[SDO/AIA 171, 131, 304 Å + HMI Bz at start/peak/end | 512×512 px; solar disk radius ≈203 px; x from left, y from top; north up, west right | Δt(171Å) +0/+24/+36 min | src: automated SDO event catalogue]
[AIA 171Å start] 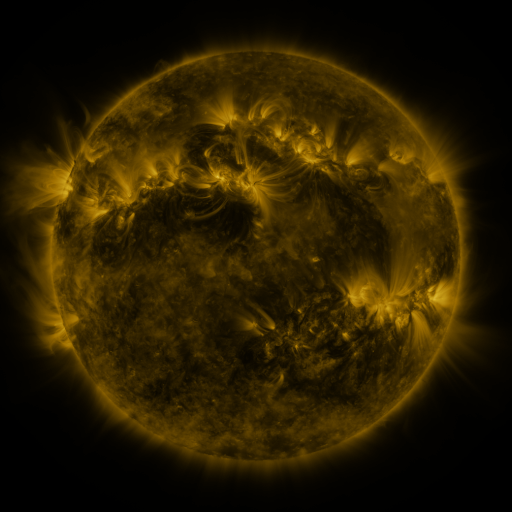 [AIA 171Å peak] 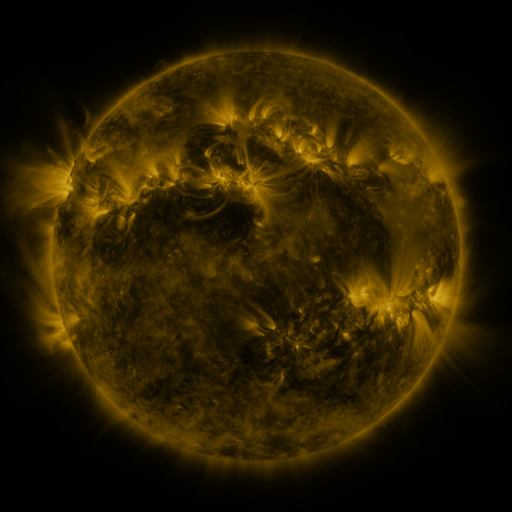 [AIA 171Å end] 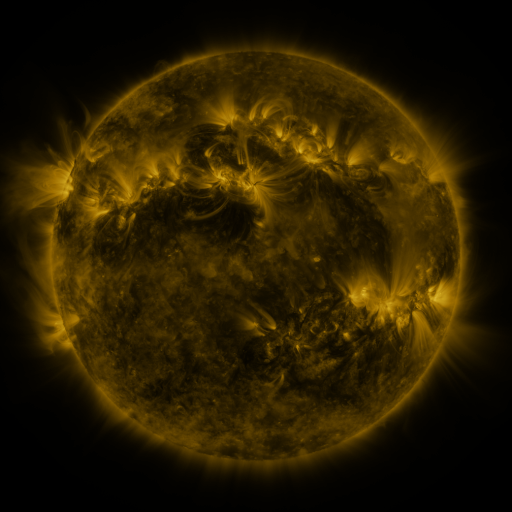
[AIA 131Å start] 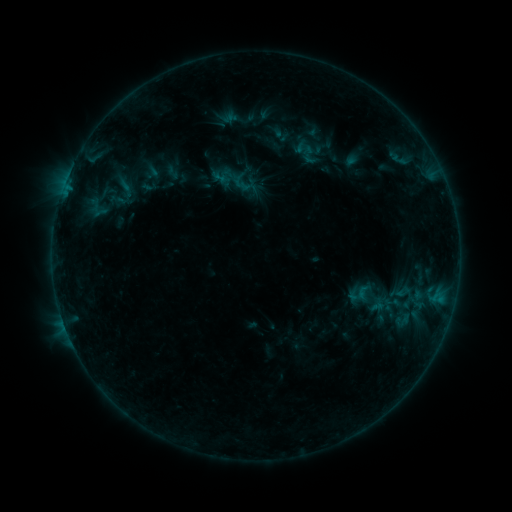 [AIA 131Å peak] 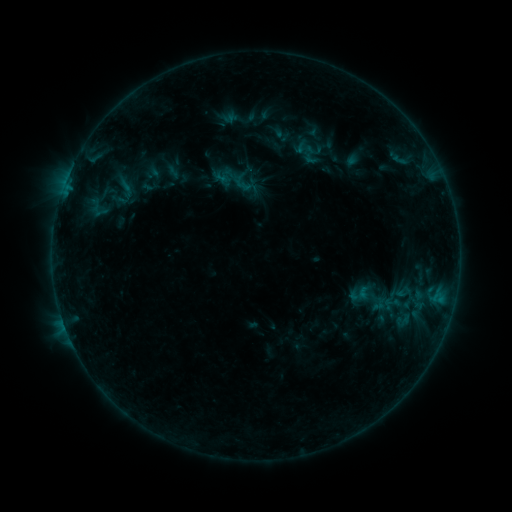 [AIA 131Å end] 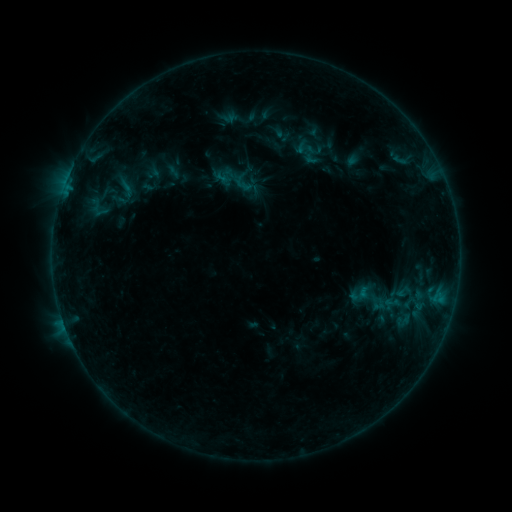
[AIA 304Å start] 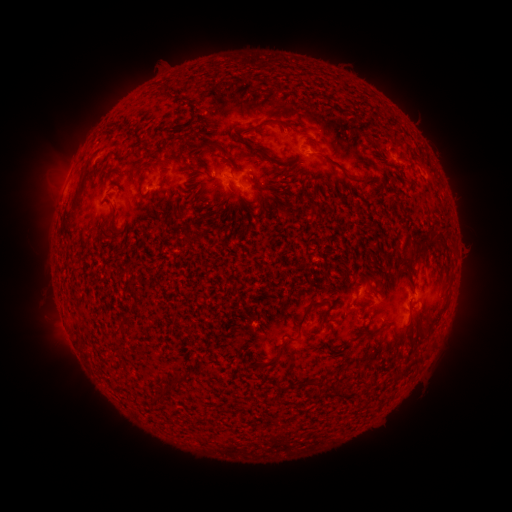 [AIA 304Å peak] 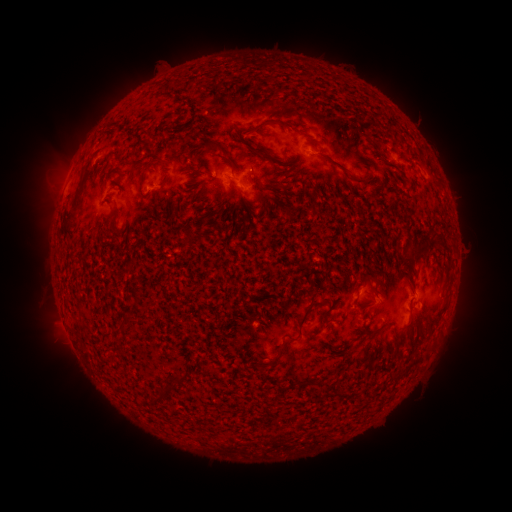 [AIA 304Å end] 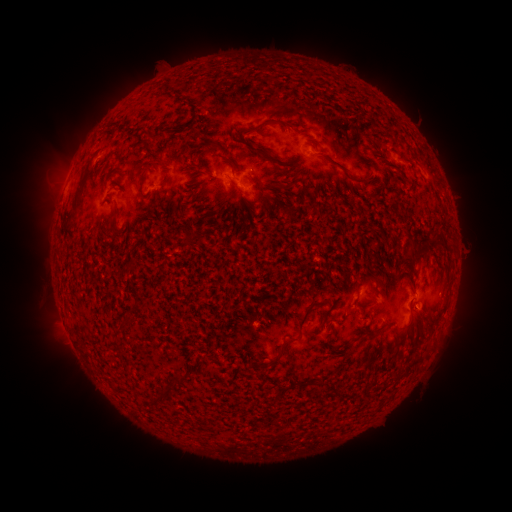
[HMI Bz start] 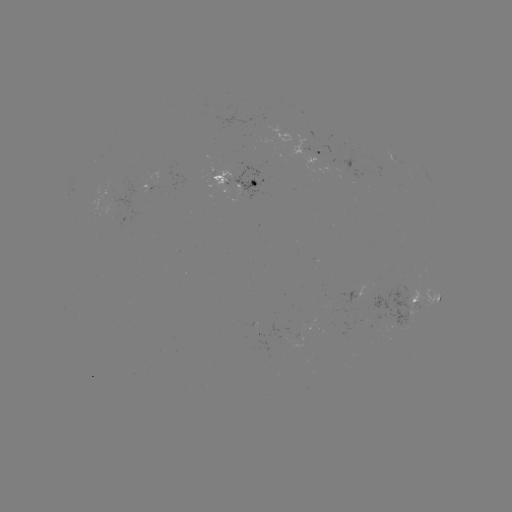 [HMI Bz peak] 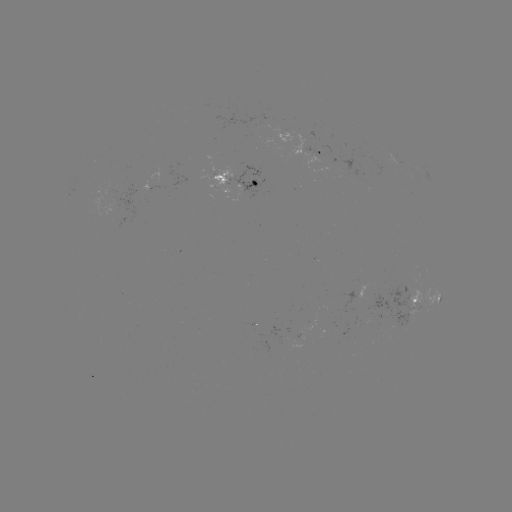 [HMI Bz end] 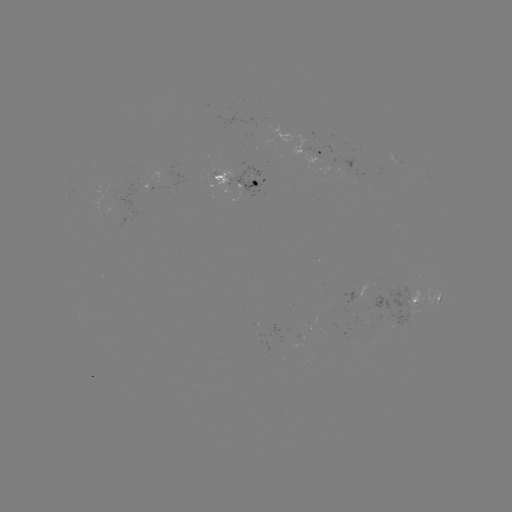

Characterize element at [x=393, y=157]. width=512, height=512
emerging-flux region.